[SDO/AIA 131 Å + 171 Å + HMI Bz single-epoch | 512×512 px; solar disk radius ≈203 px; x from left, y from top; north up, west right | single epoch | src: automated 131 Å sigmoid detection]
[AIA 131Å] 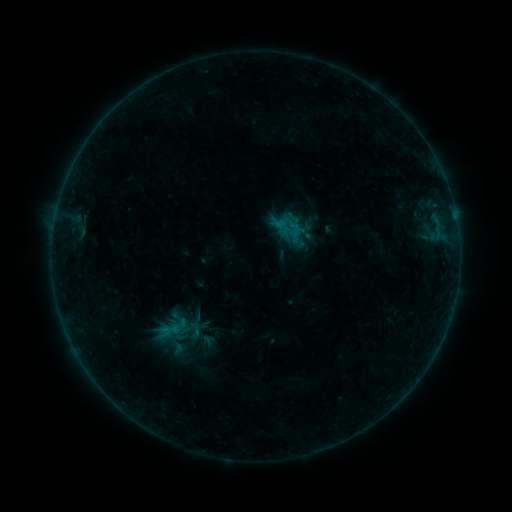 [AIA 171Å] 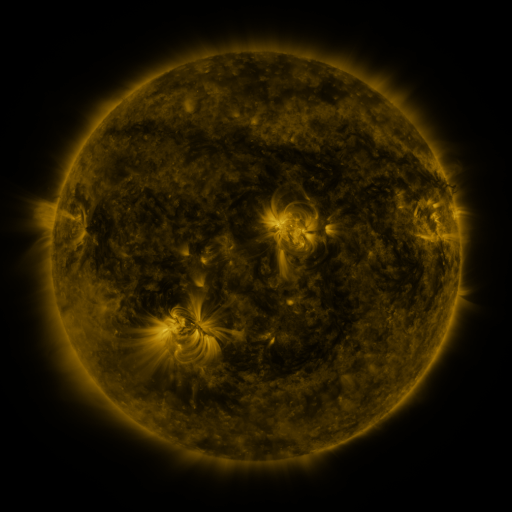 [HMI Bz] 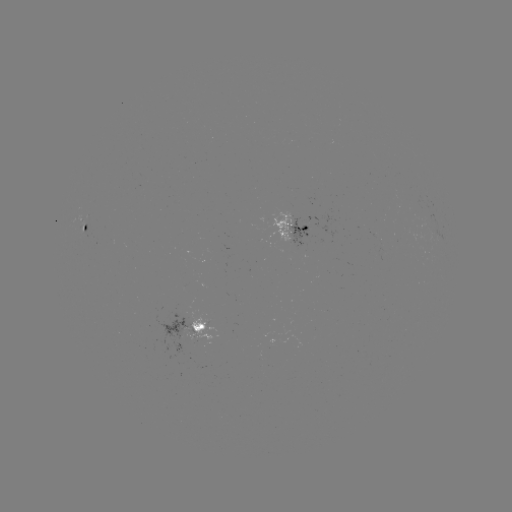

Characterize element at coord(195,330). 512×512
sigmoid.